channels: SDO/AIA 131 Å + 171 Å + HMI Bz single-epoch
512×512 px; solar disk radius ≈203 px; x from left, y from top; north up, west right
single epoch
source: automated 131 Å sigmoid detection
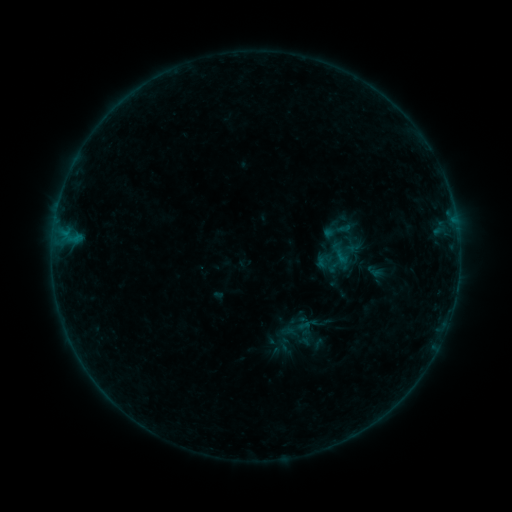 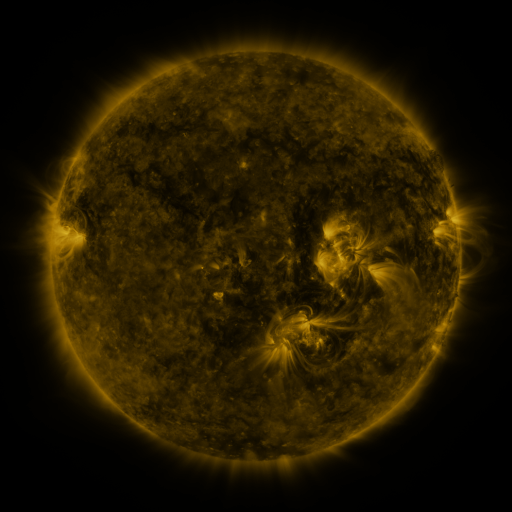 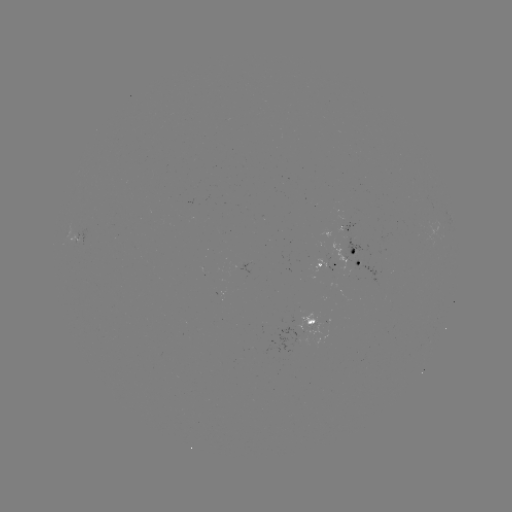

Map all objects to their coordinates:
sigmoid: <bbox>318, 215, 355, 246</bbox>
sigmoid: <bbox>333, 244, 359, 269</bbox>
